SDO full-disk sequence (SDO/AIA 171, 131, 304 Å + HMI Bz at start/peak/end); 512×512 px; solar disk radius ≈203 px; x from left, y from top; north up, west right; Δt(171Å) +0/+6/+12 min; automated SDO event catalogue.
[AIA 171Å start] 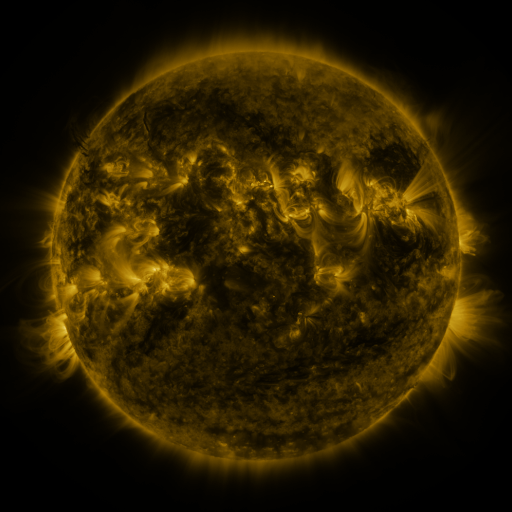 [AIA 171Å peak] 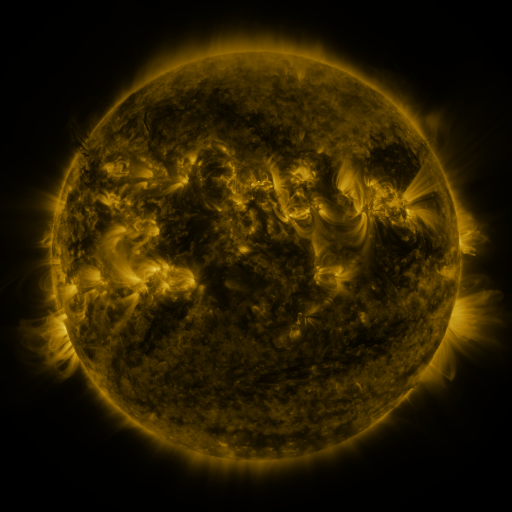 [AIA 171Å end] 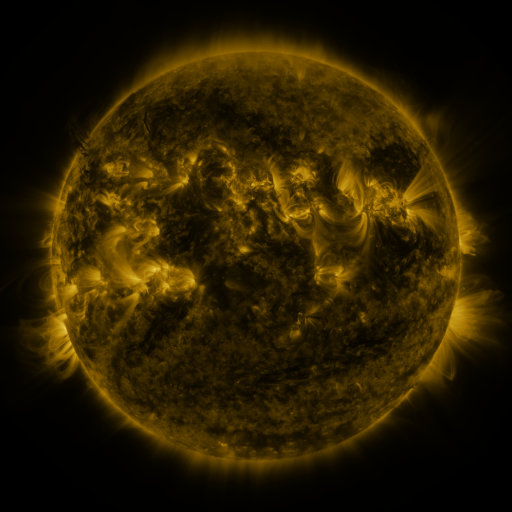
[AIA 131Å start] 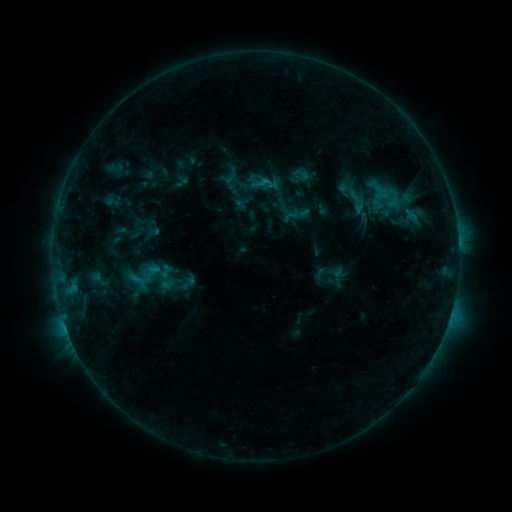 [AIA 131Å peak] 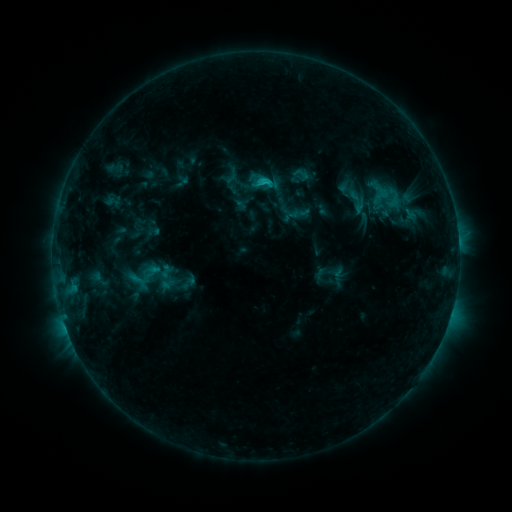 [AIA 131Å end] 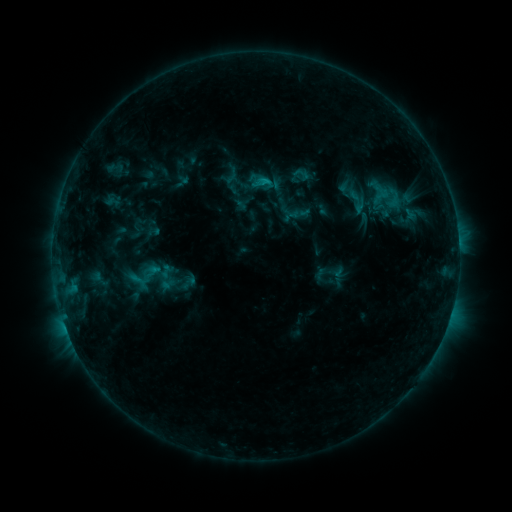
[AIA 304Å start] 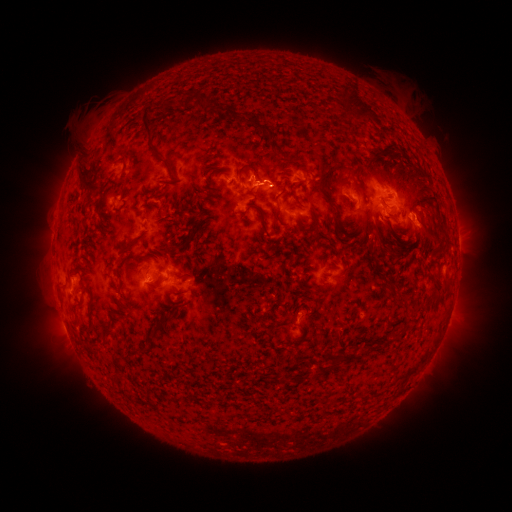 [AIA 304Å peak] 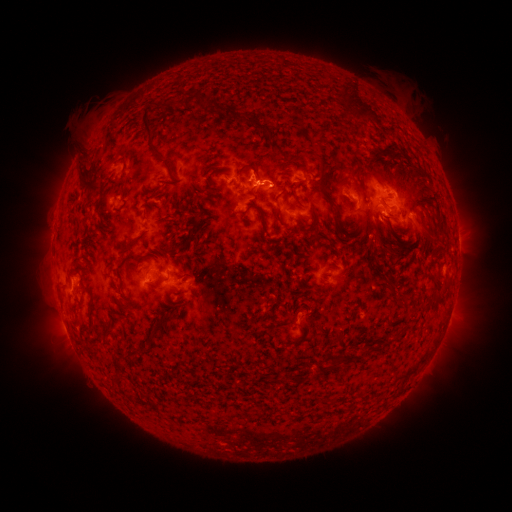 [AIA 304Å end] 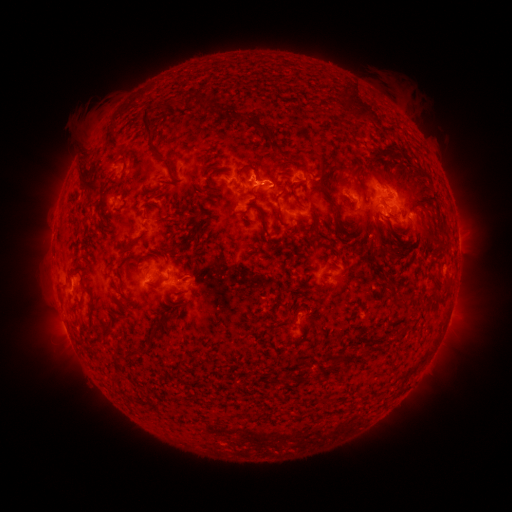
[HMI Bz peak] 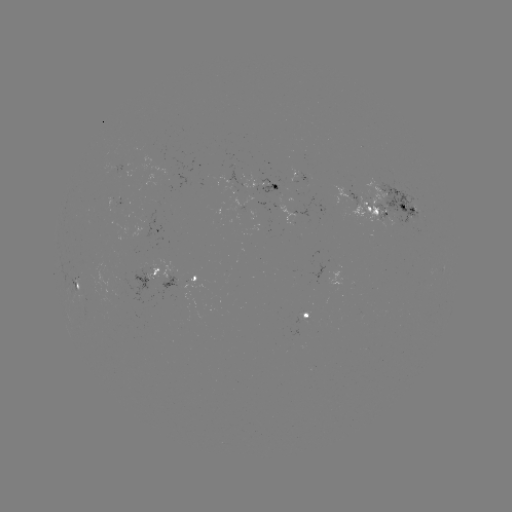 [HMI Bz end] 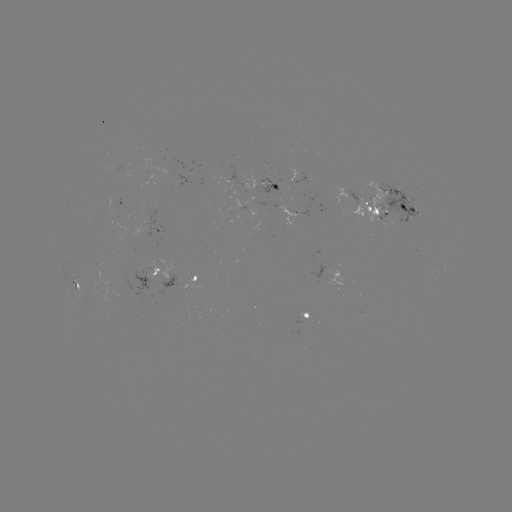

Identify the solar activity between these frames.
C1.1 flare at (262, 183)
